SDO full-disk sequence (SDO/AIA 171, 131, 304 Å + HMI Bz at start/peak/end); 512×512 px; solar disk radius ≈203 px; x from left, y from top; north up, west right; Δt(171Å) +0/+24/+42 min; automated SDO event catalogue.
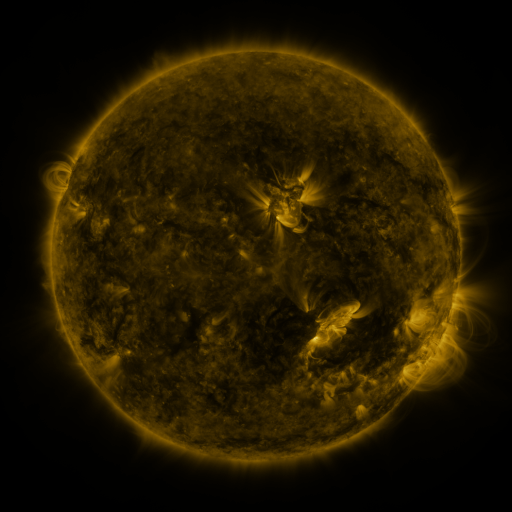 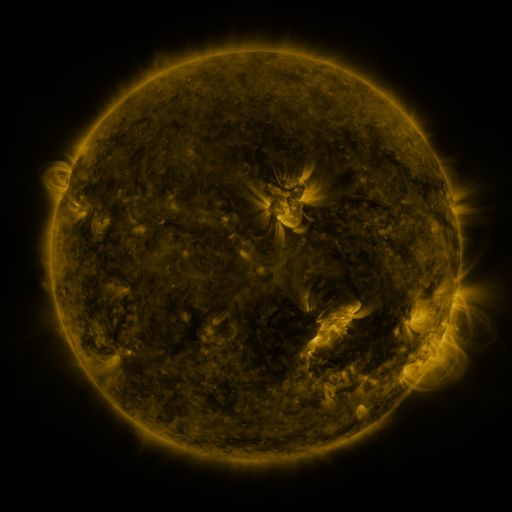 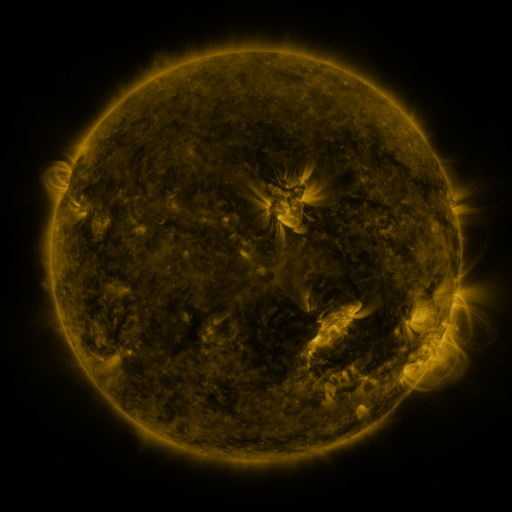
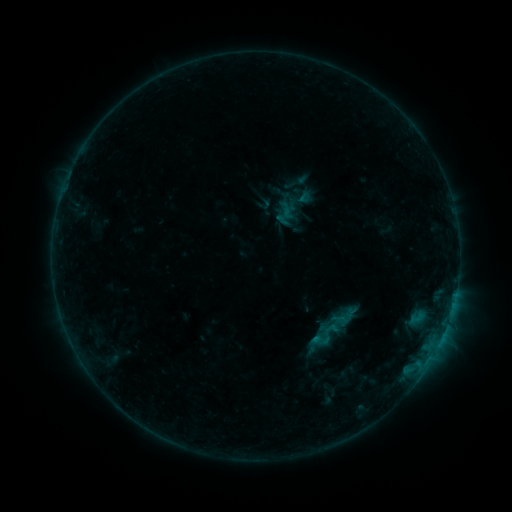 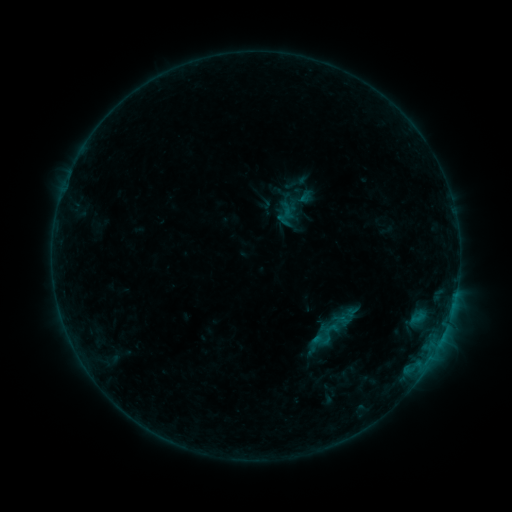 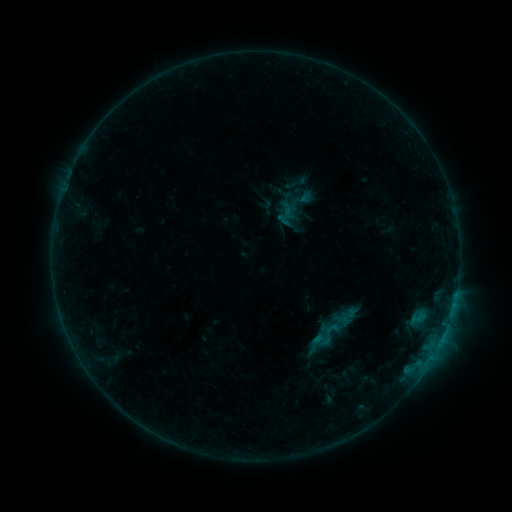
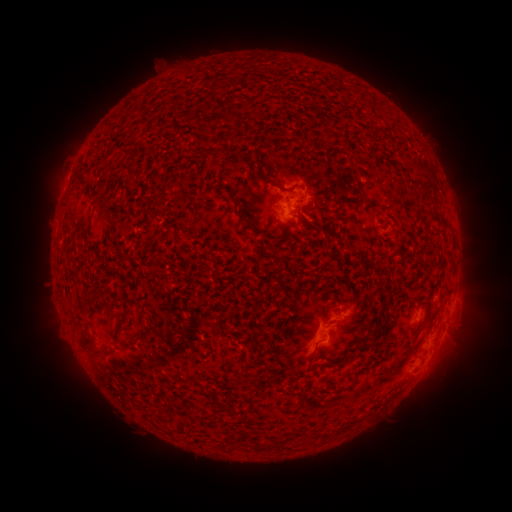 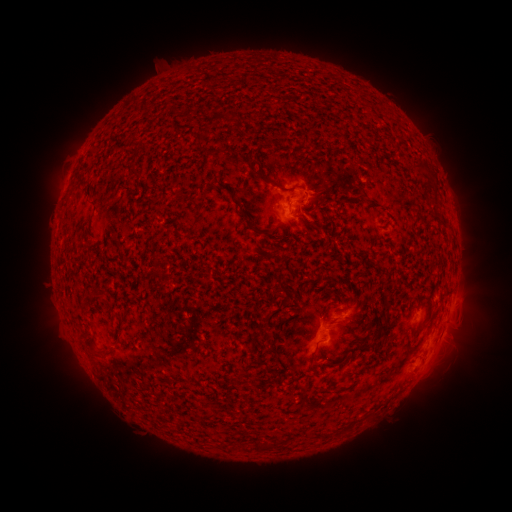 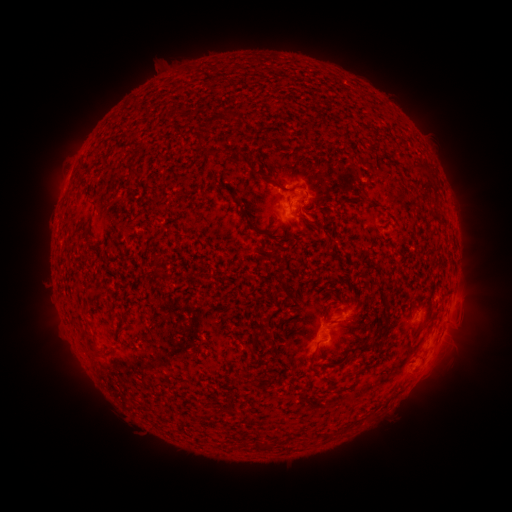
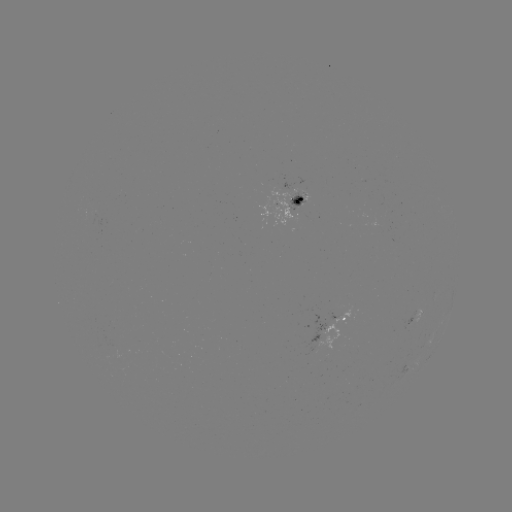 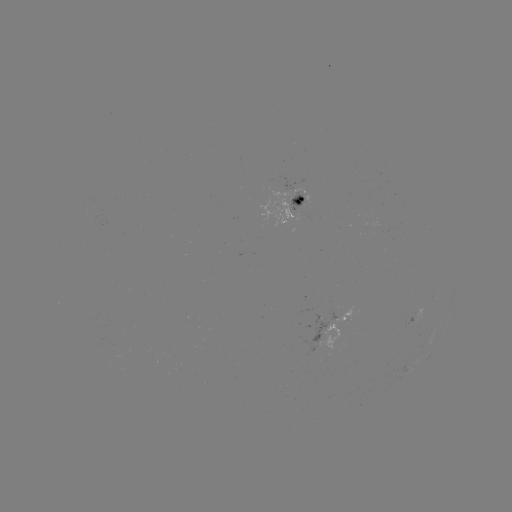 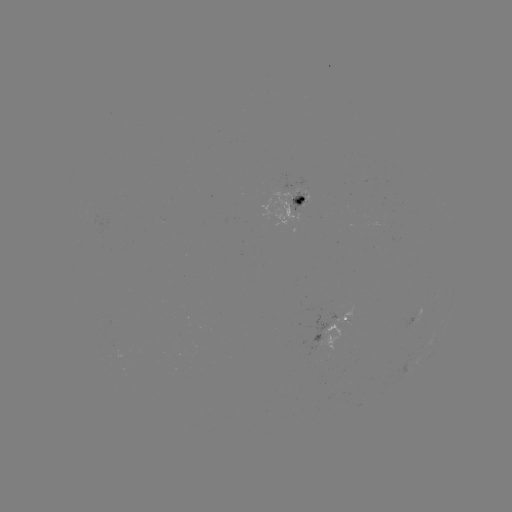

no catalogued flare and no flagged EUV brightening in this window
